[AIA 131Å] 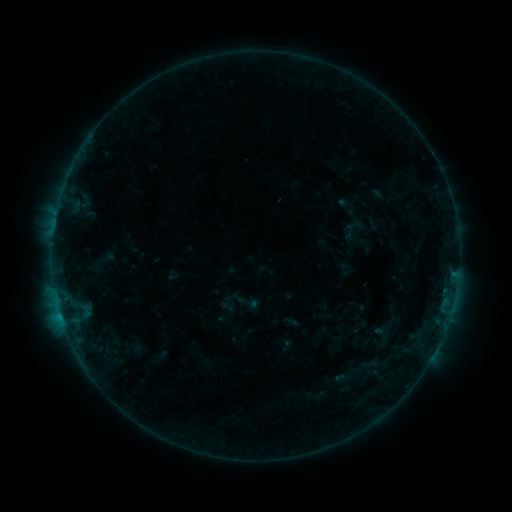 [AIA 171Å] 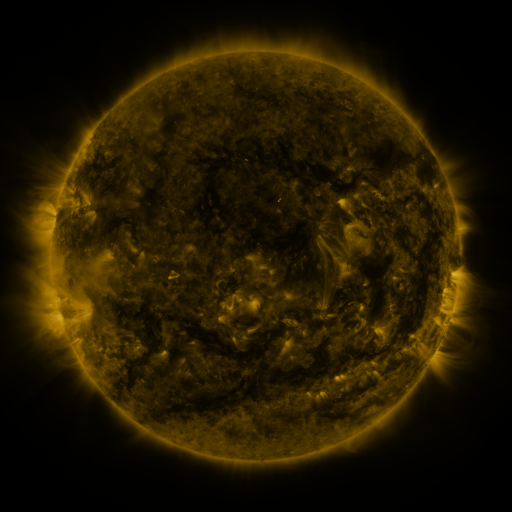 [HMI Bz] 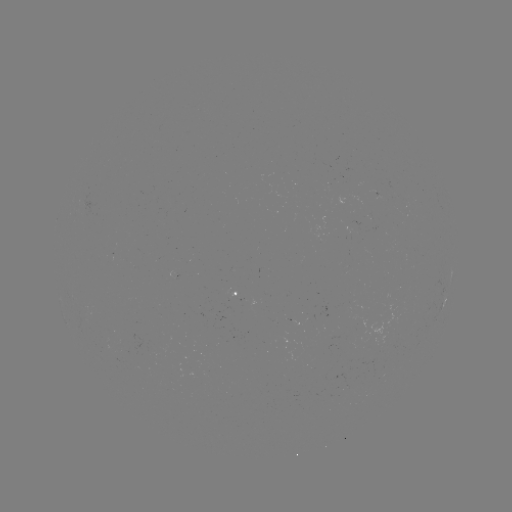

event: sigmoid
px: (382, 334)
